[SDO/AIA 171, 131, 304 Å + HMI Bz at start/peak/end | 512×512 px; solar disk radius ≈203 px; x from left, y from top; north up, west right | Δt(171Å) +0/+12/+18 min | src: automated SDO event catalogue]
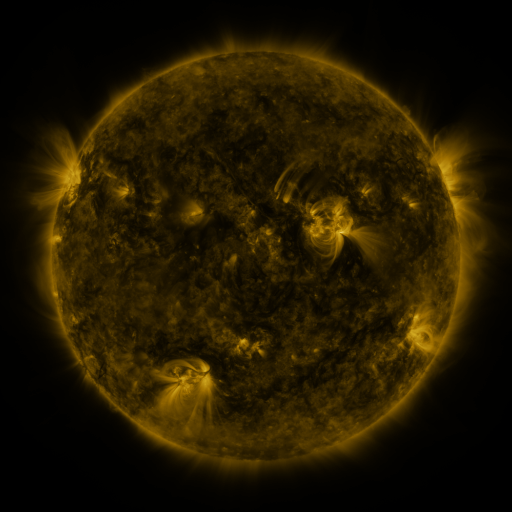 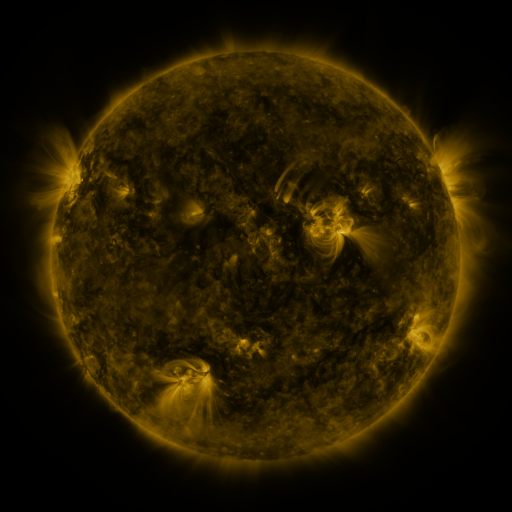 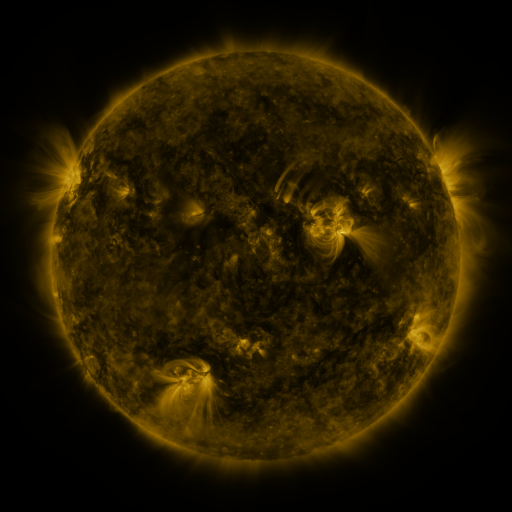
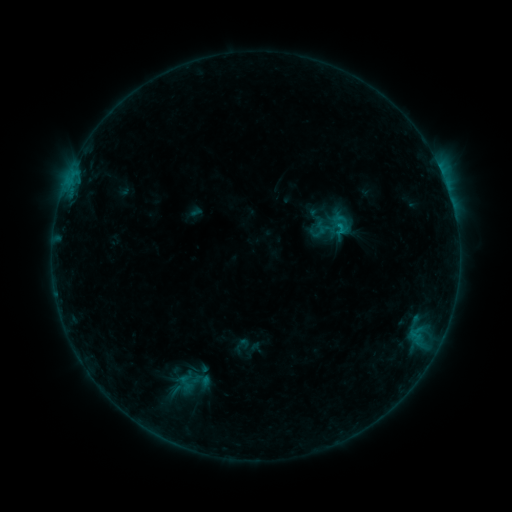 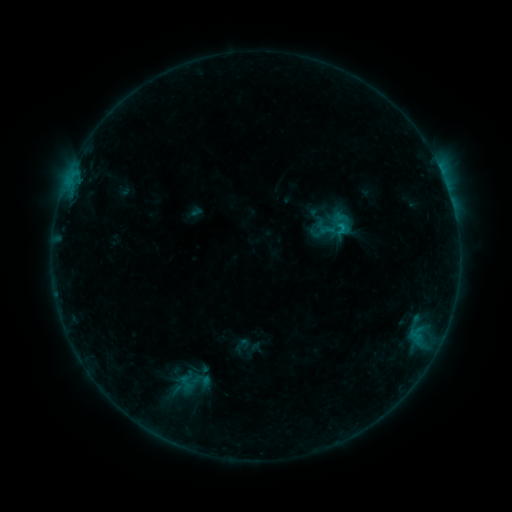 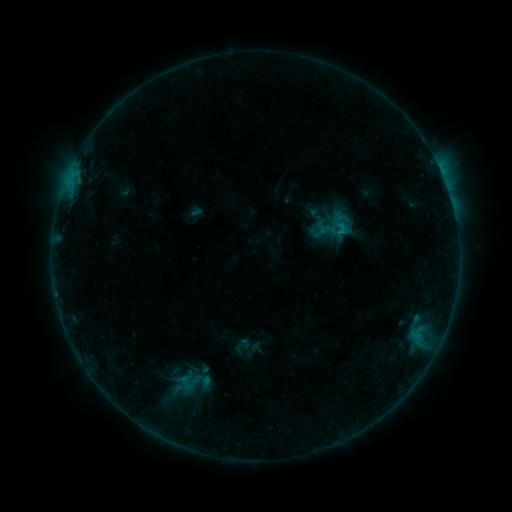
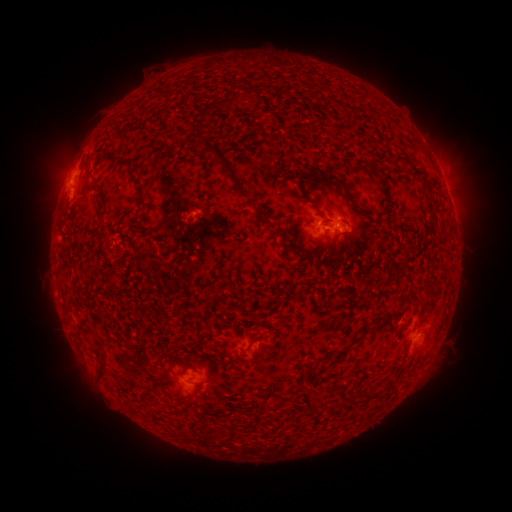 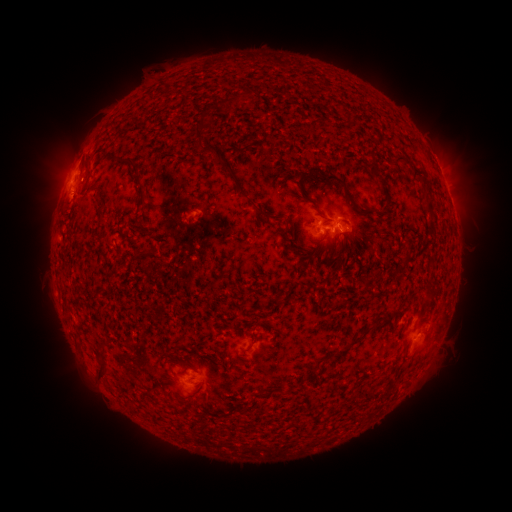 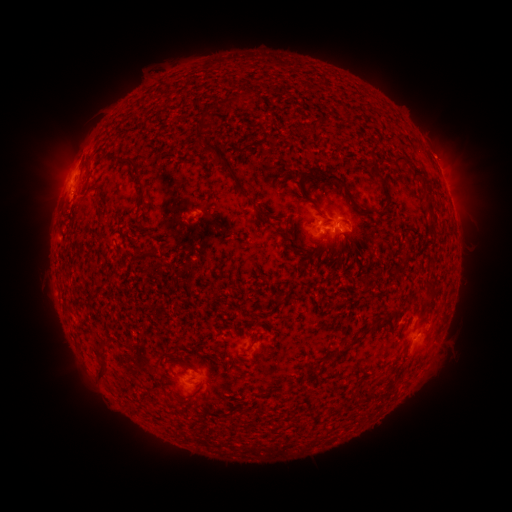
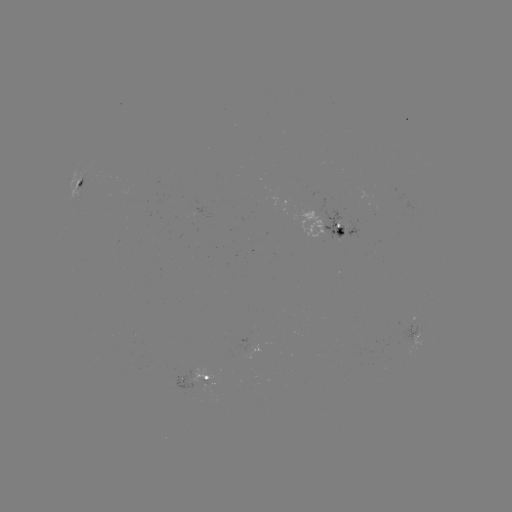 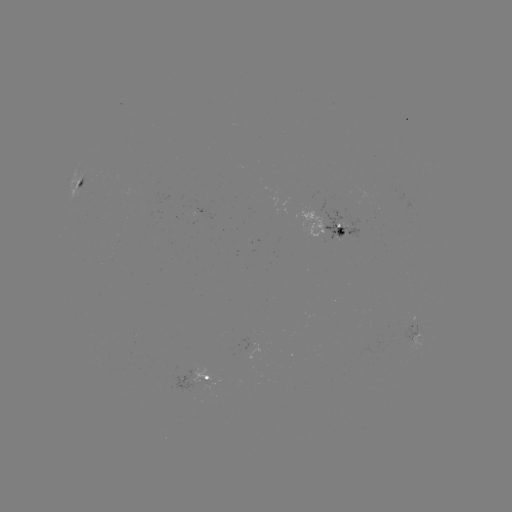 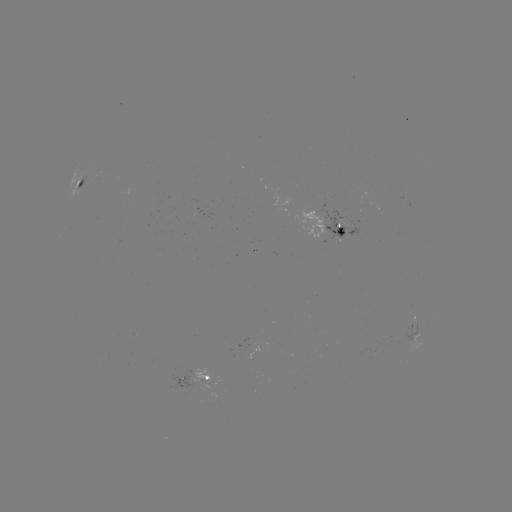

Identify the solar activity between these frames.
B8.4 flare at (330, 233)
